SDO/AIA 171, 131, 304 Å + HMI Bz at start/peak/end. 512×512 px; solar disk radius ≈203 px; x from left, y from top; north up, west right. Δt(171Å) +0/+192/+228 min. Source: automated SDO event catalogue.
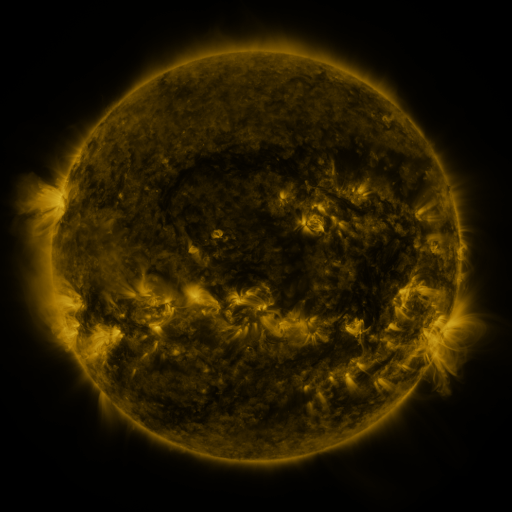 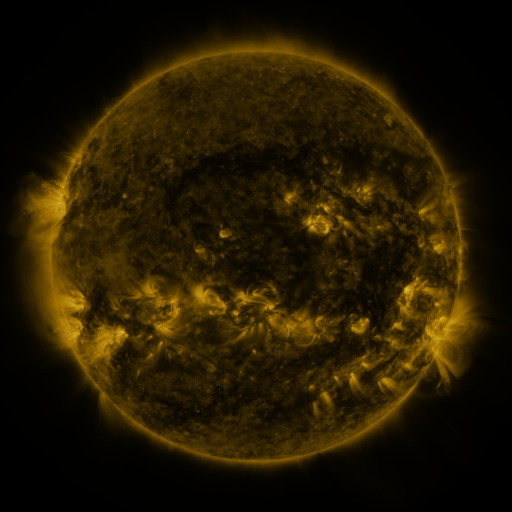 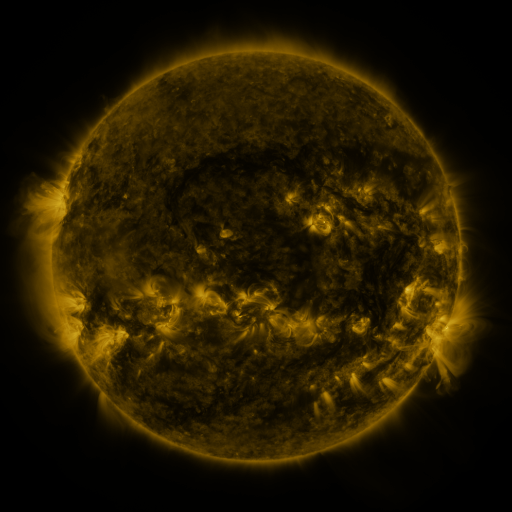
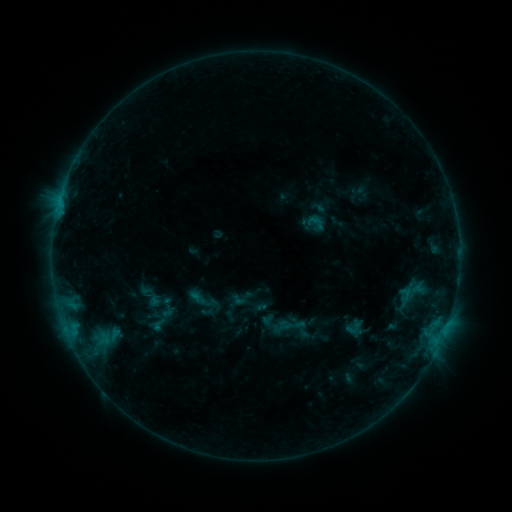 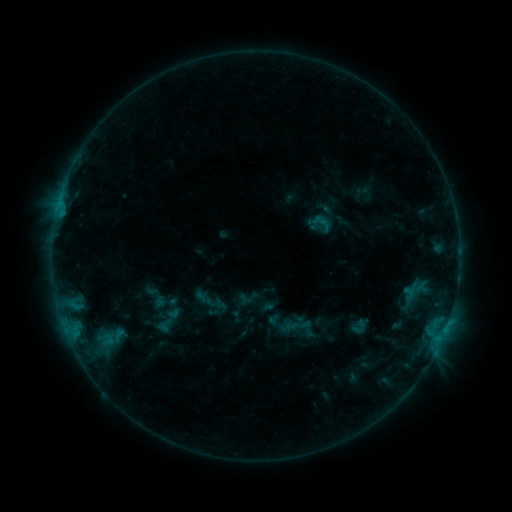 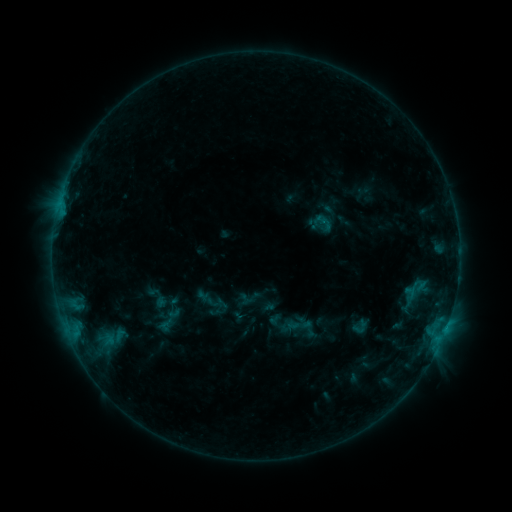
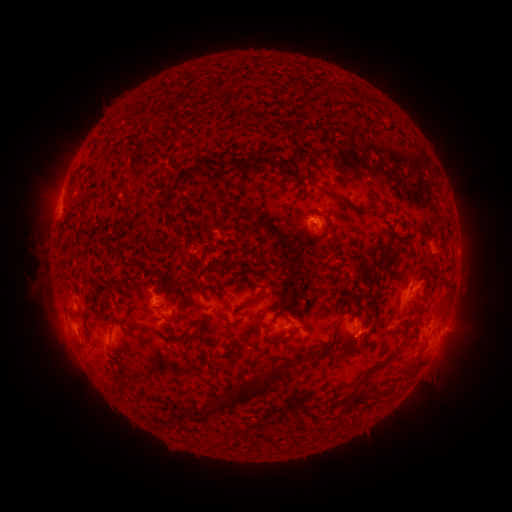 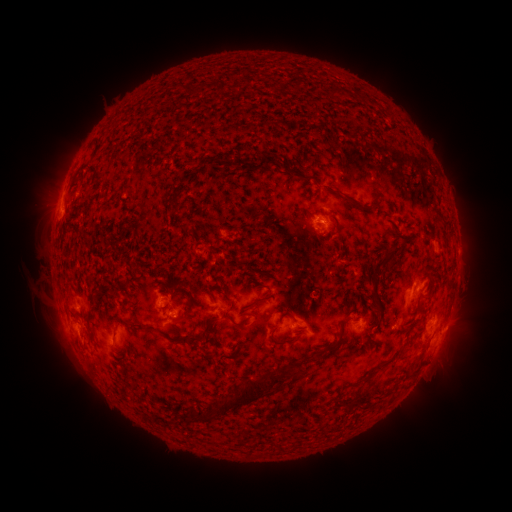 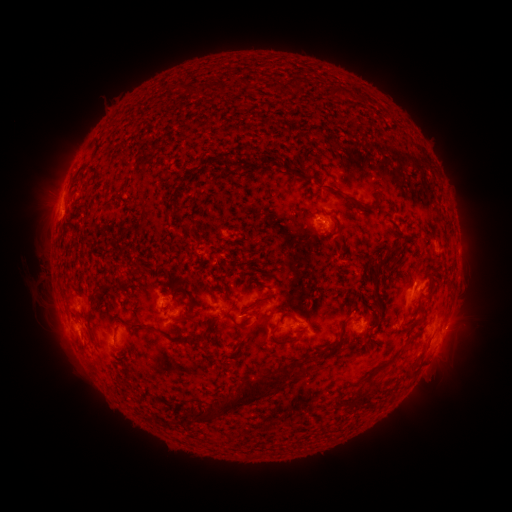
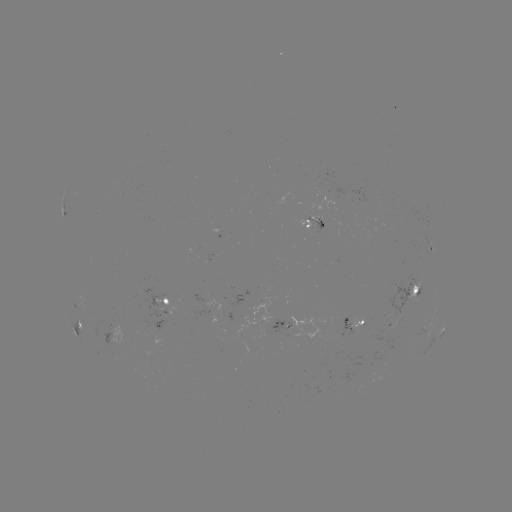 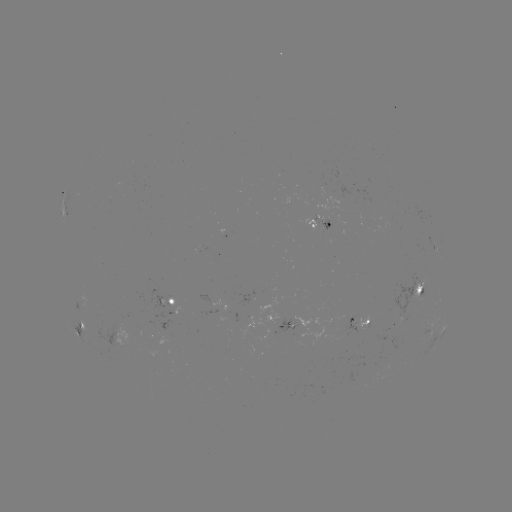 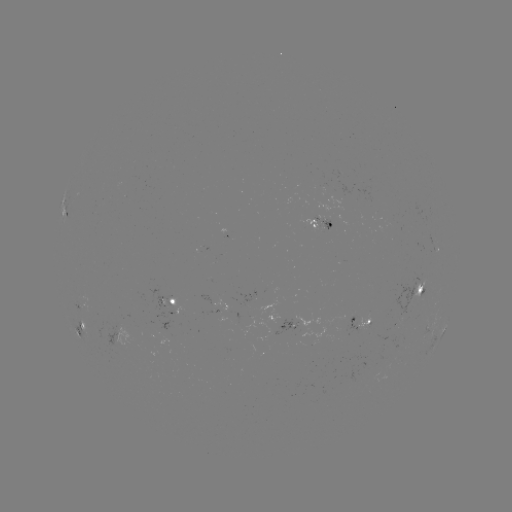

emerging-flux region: (312, 215, 332, 229)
